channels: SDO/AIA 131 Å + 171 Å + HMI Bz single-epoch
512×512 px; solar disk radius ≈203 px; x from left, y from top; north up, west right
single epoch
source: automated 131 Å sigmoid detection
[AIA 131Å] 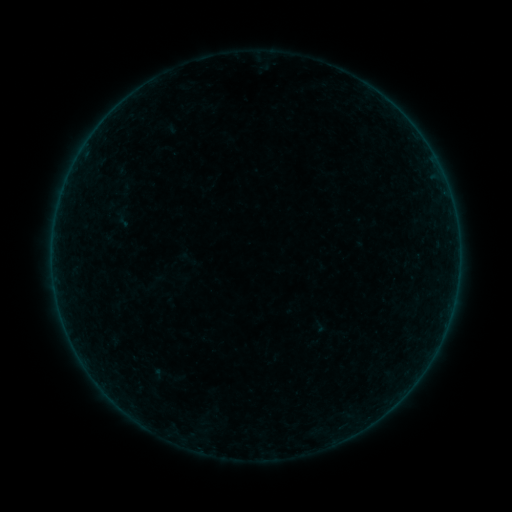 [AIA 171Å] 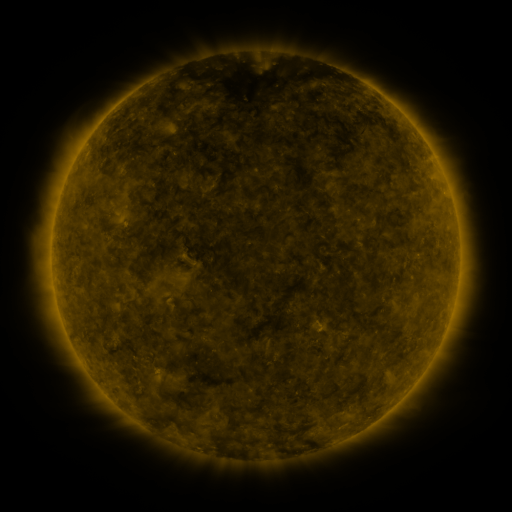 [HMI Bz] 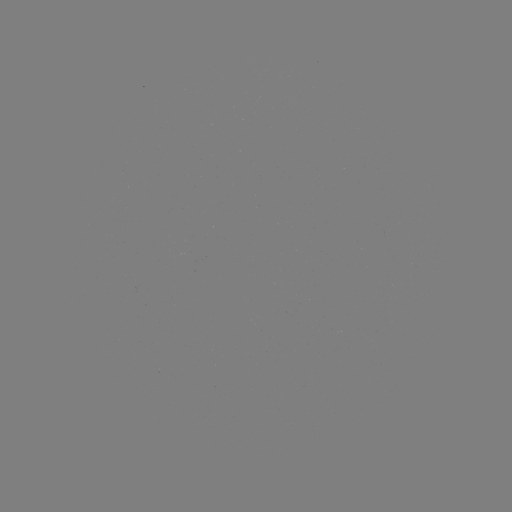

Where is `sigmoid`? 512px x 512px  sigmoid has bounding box [178, 249, 197, 269].